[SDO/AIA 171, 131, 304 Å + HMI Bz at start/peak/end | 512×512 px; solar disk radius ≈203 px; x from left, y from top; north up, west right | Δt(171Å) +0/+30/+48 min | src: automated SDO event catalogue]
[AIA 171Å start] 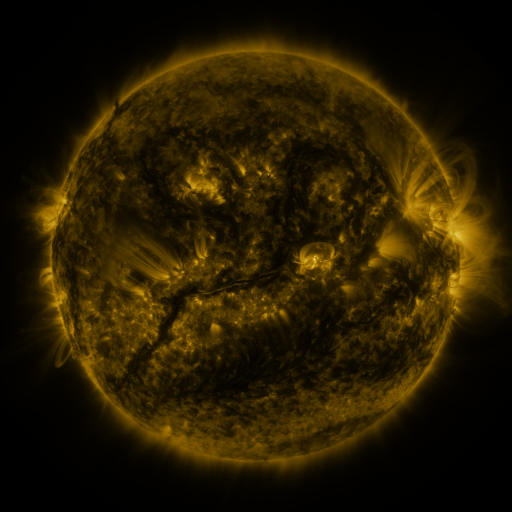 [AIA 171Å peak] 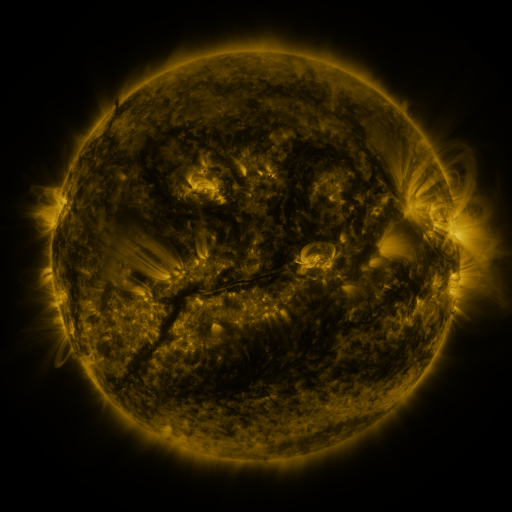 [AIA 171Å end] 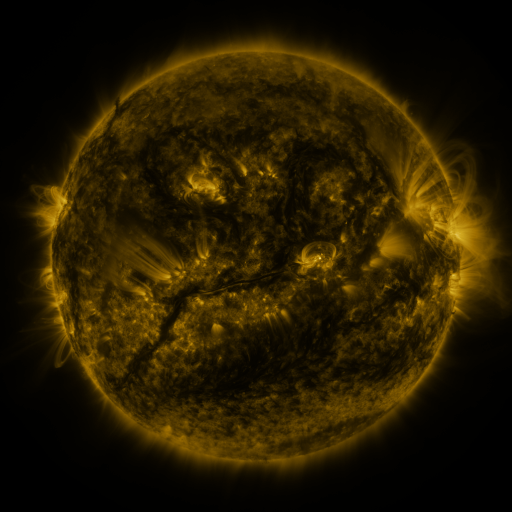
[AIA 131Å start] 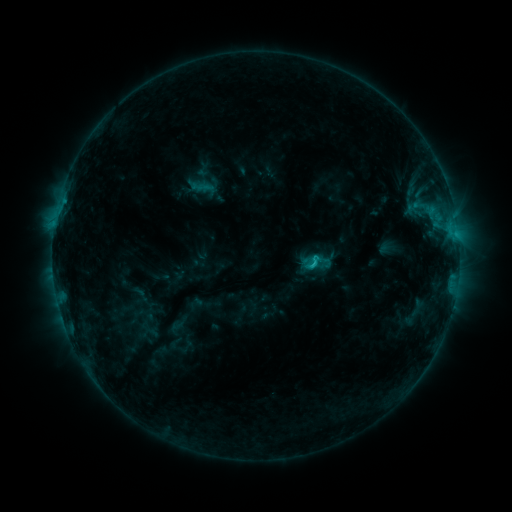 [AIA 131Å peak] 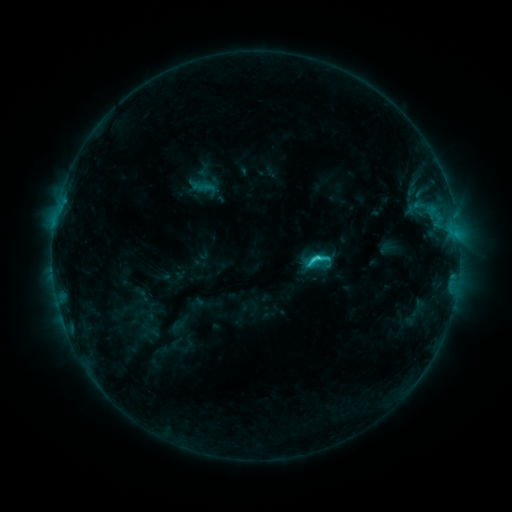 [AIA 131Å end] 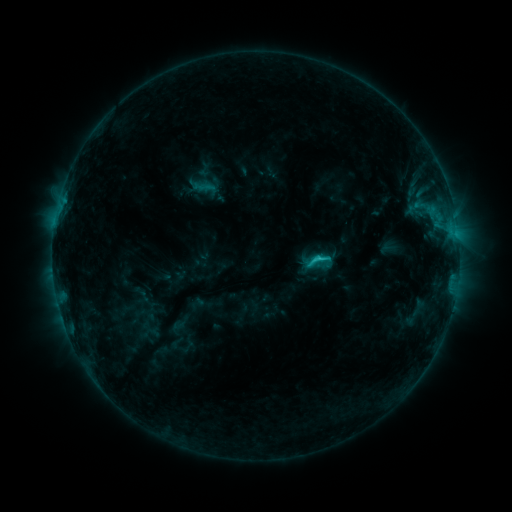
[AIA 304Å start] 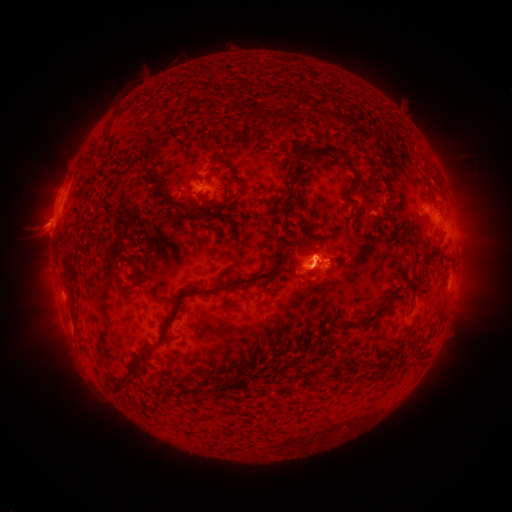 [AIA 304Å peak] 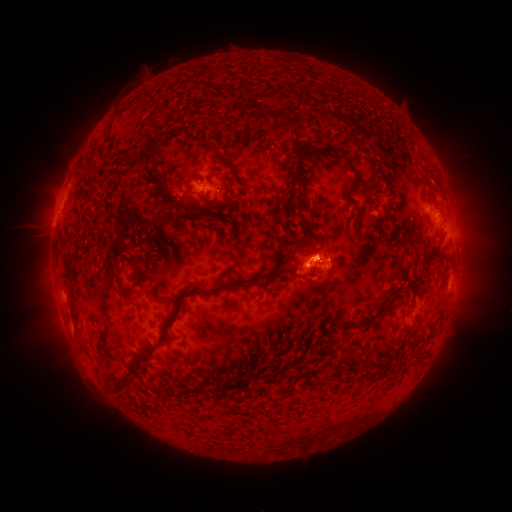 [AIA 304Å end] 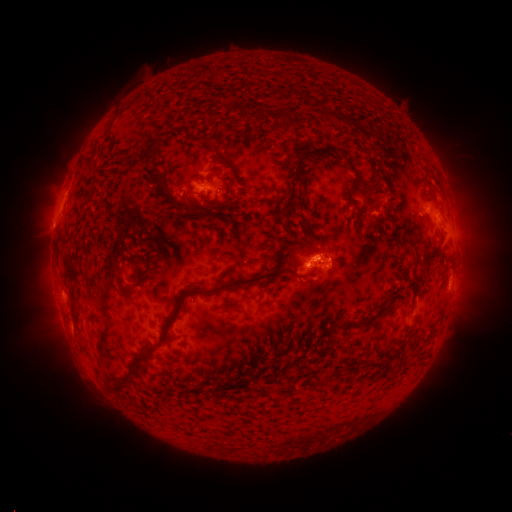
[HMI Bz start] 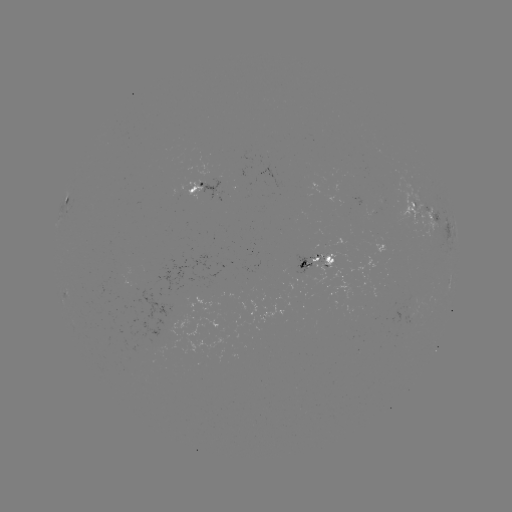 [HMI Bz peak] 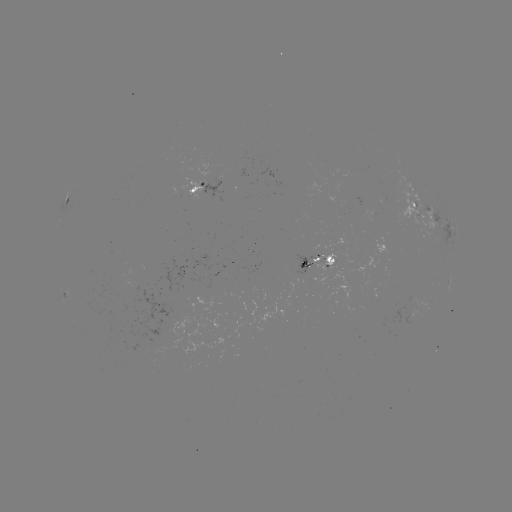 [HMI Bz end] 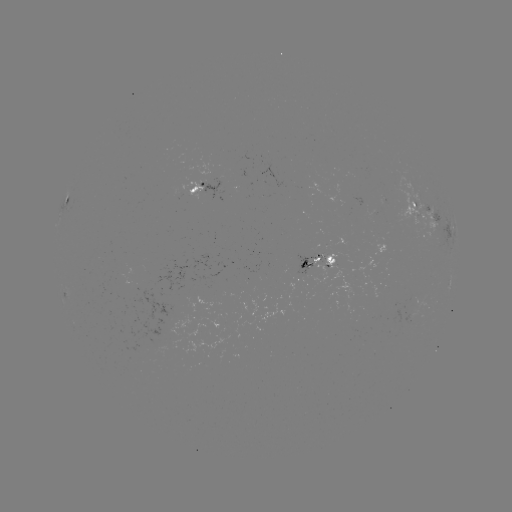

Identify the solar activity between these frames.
C2.6 flare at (315, 255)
